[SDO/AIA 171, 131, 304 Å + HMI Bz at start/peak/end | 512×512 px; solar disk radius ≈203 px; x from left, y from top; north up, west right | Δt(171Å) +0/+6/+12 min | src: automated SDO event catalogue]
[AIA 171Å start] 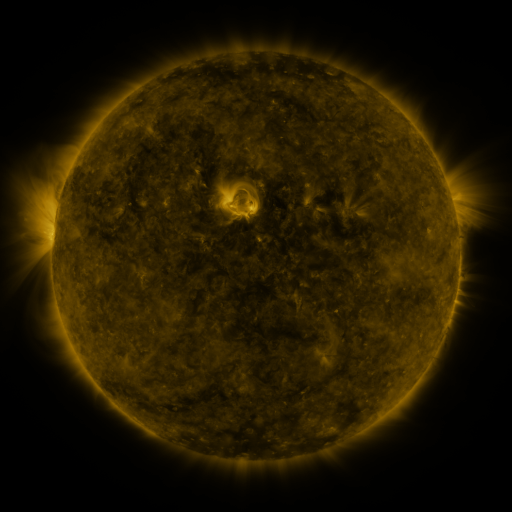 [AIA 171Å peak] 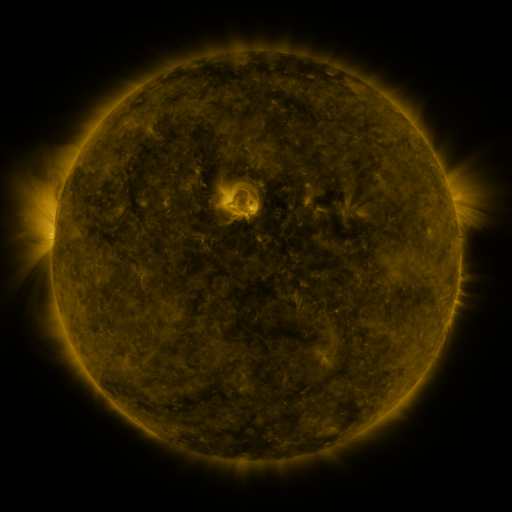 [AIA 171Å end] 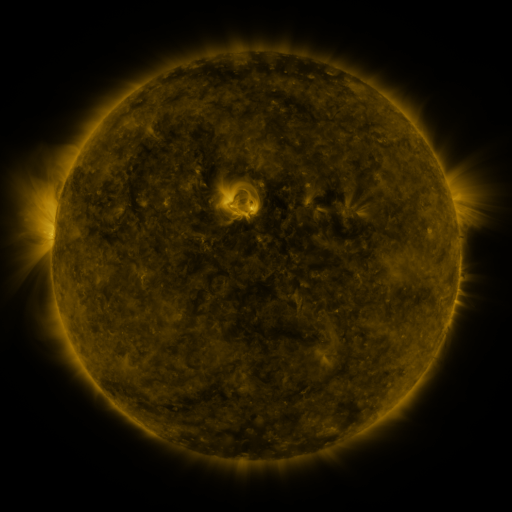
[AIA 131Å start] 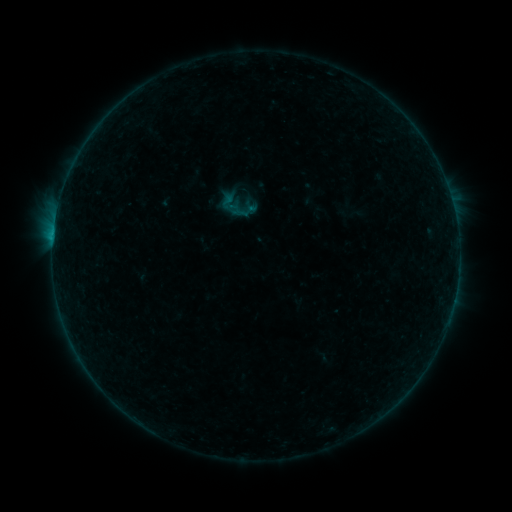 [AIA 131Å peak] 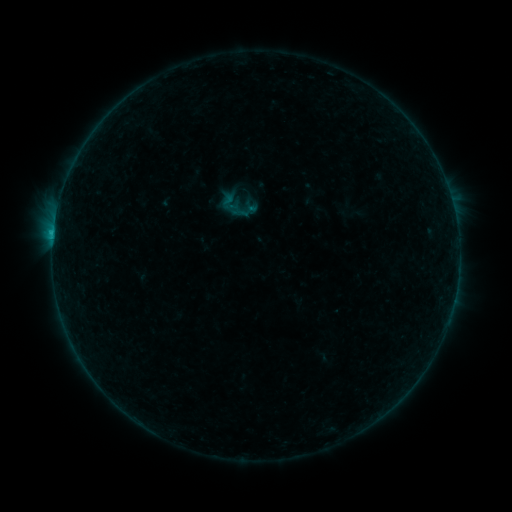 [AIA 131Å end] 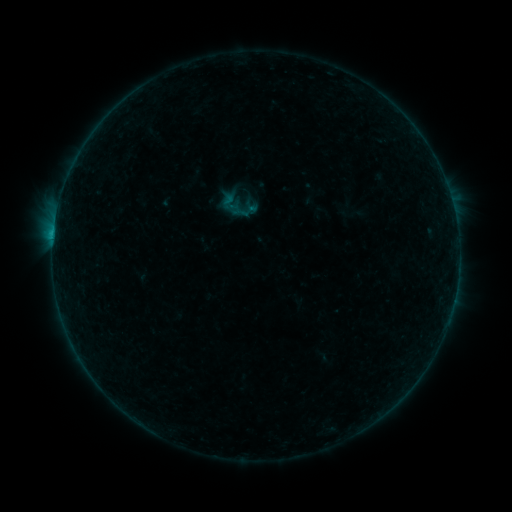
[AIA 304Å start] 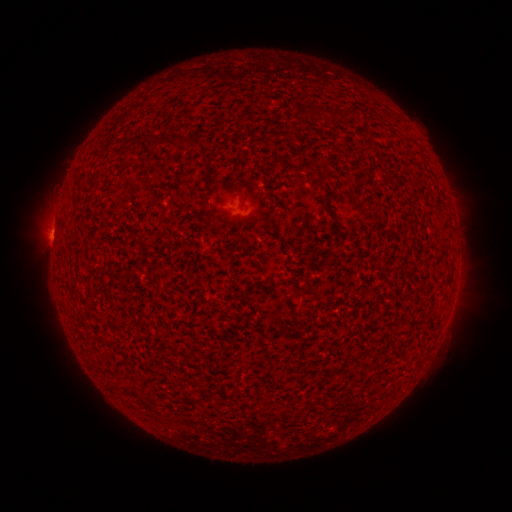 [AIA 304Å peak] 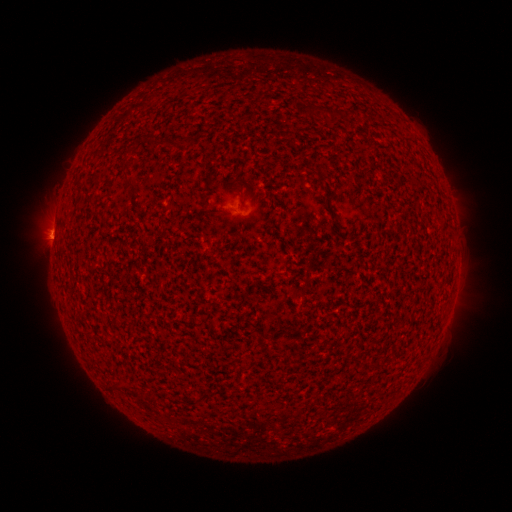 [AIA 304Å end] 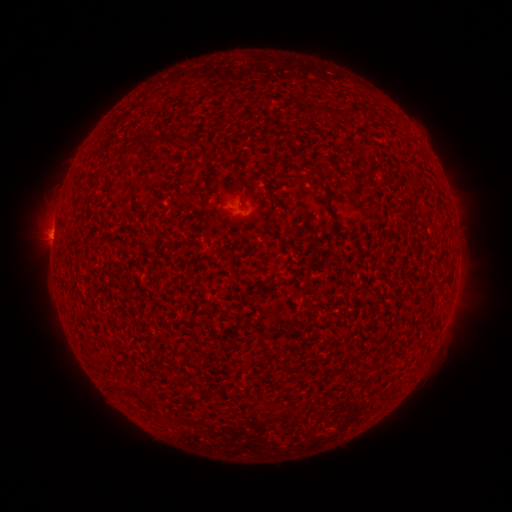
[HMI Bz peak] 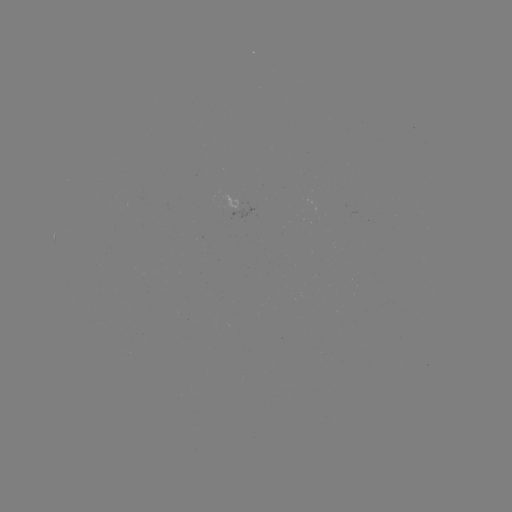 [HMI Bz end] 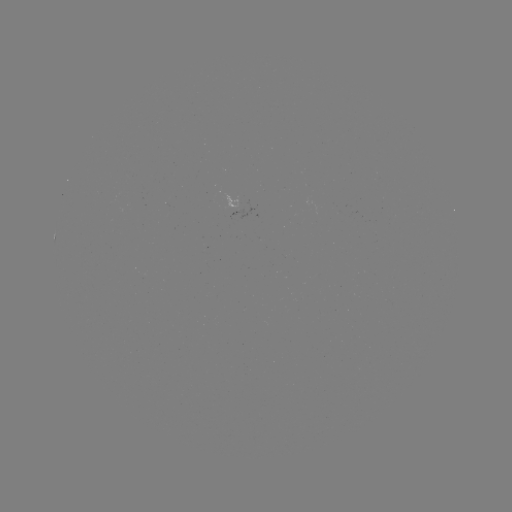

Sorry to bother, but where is B3.5 flare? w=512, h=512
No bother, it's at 53,234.